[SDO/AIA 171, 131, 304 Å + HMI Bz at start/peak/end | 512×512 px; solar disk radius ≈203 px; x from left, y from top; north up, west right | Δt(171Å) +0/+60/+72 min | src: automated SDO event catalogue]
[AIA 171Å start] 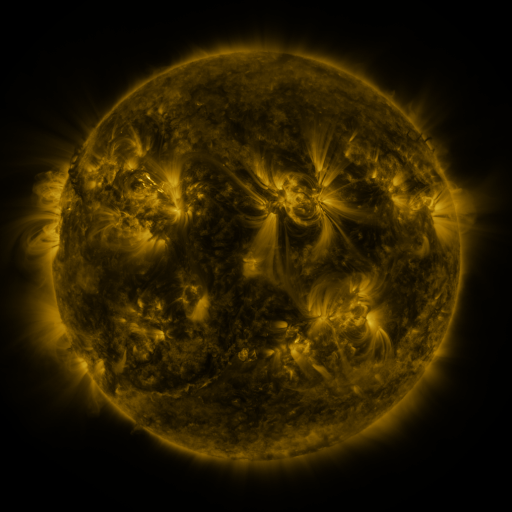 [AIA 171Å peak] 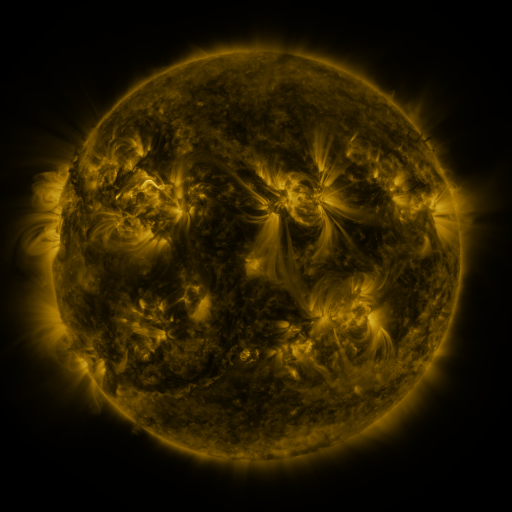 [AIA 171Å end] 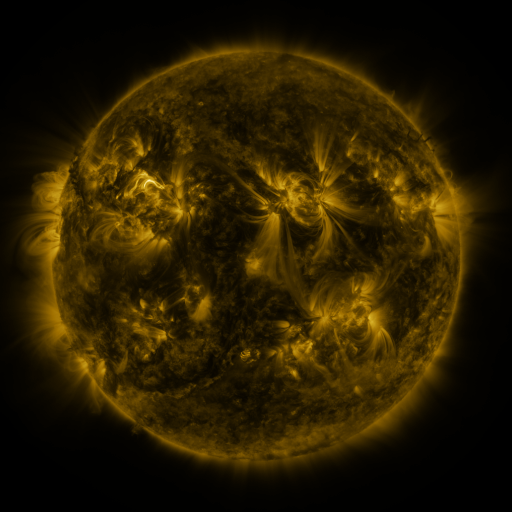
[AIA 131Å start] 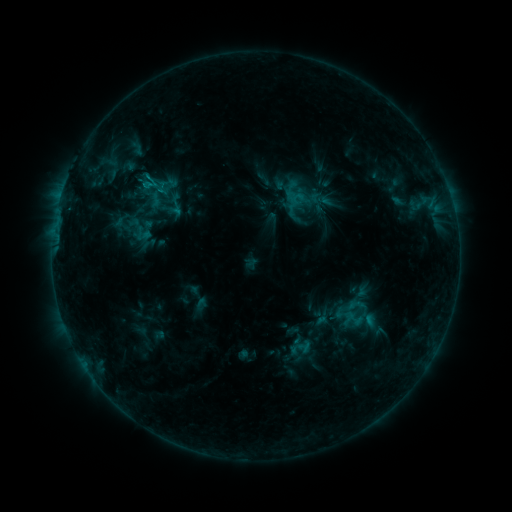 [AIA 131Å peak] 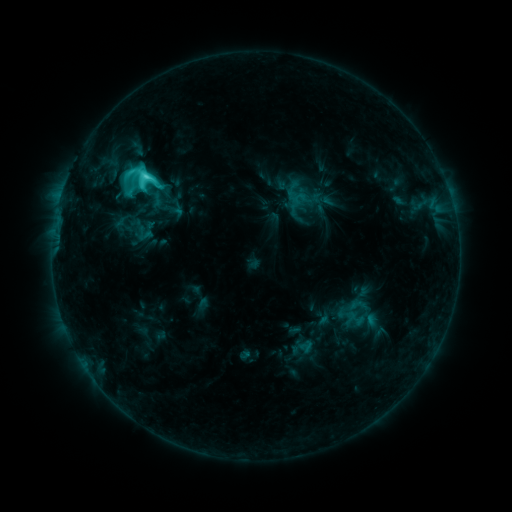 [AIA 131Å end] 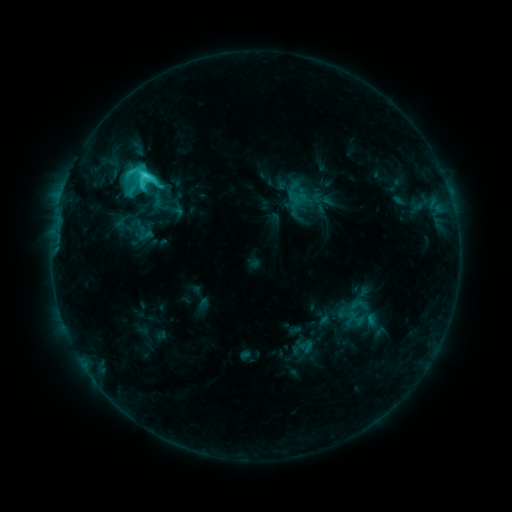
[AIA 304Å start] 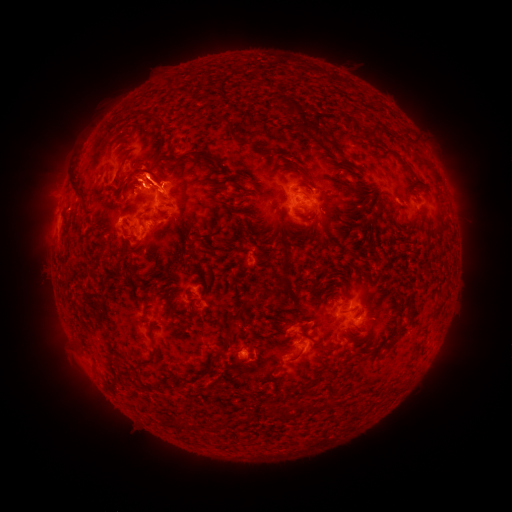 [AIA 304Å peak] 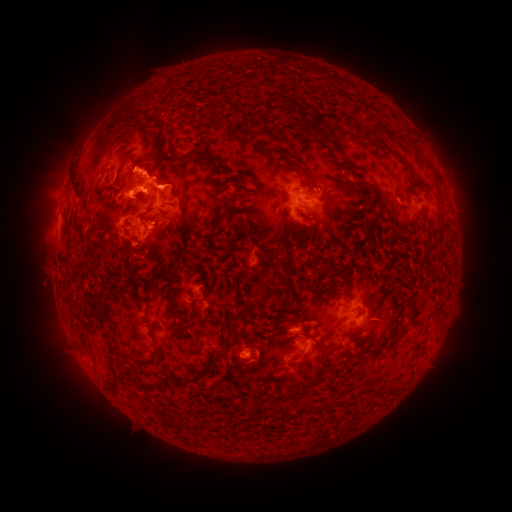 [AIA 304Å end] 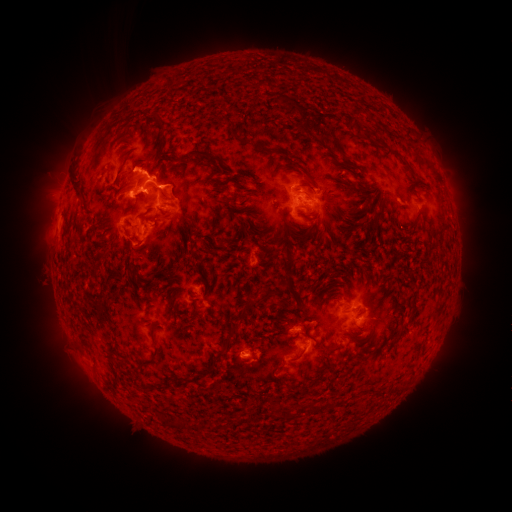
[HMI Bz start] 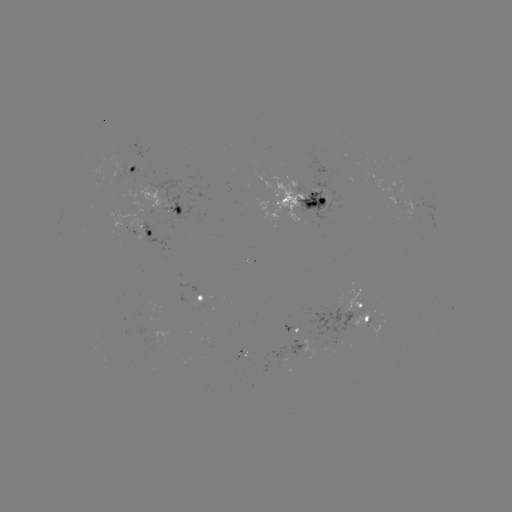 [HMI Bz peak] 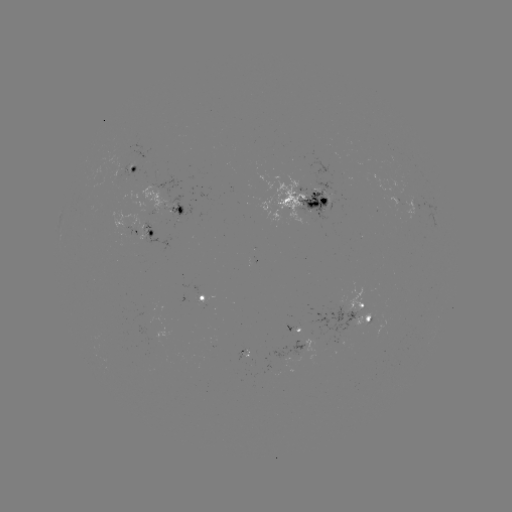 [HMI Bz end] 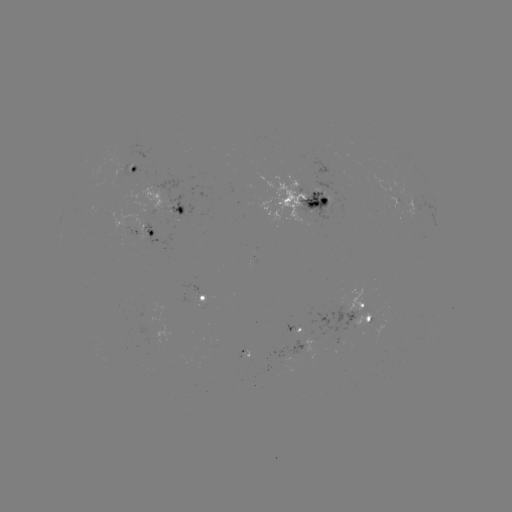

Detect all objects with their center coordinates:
emerging-flux region: (358, 323)
